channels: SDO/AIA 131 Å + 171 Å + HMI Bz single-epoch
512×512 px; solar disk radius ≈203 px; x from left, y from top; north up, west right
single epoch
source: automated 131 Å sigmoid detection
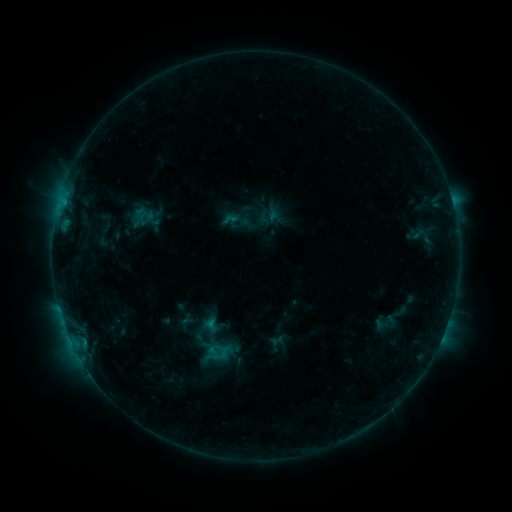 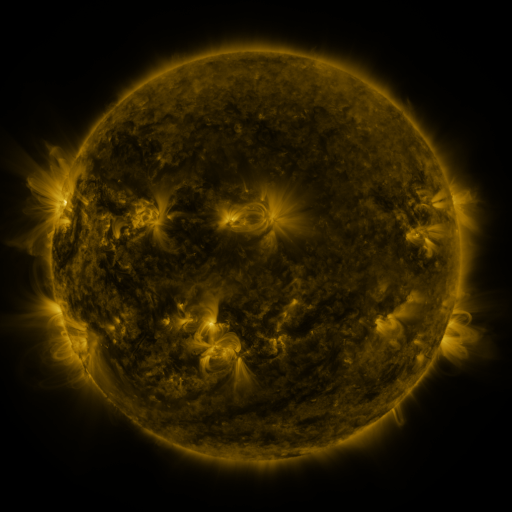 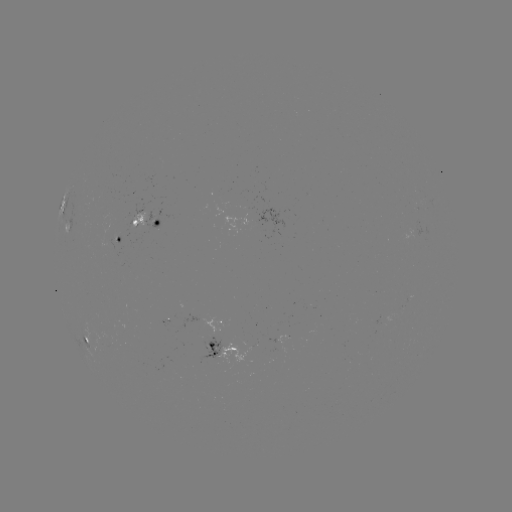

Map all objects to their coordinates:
sigmoid: <bbox>207, 343, 232, 365</bbox>
